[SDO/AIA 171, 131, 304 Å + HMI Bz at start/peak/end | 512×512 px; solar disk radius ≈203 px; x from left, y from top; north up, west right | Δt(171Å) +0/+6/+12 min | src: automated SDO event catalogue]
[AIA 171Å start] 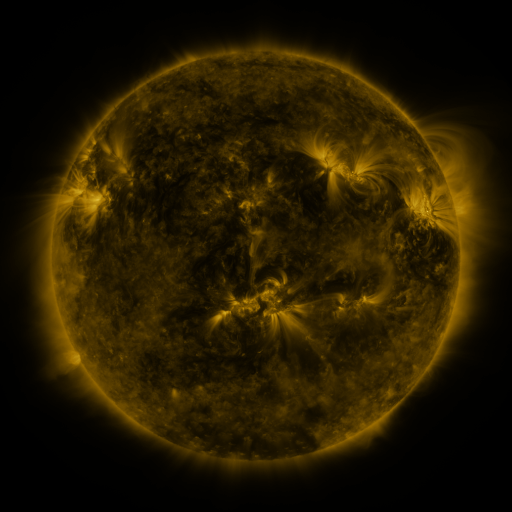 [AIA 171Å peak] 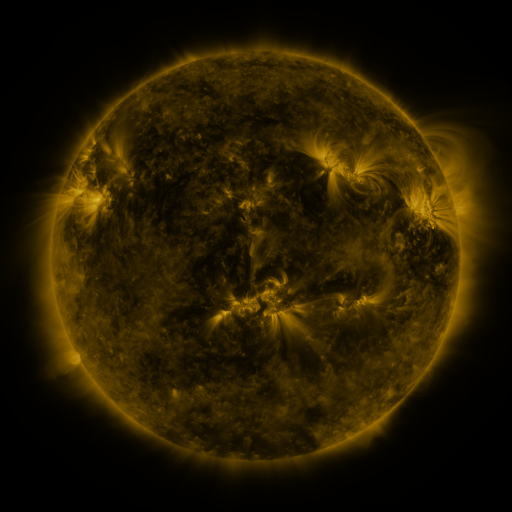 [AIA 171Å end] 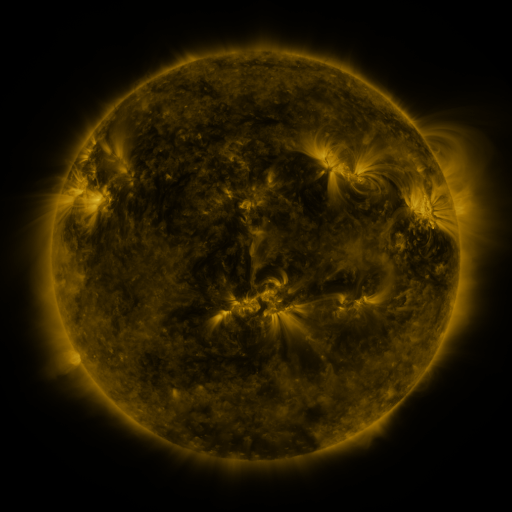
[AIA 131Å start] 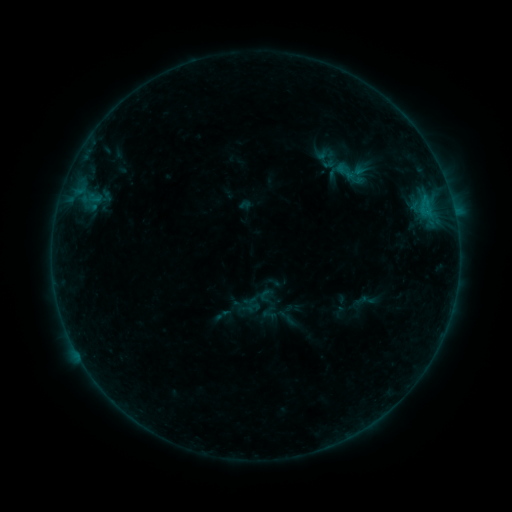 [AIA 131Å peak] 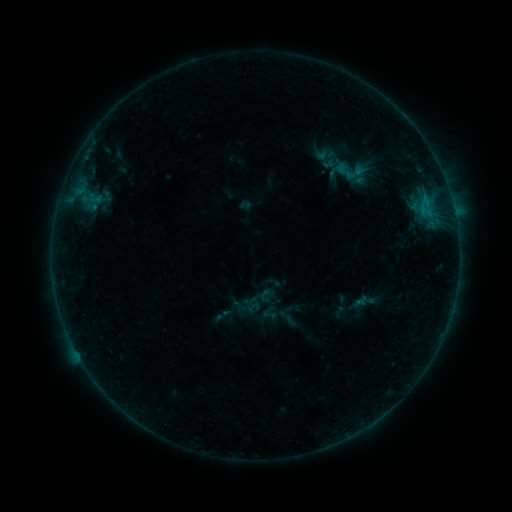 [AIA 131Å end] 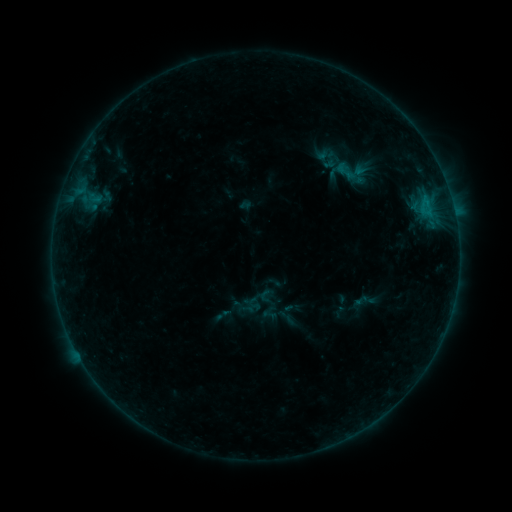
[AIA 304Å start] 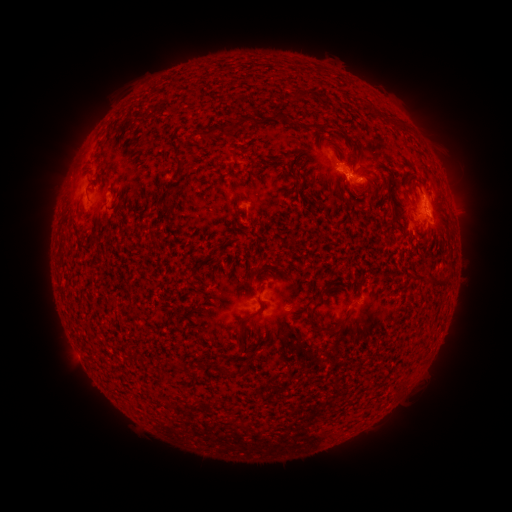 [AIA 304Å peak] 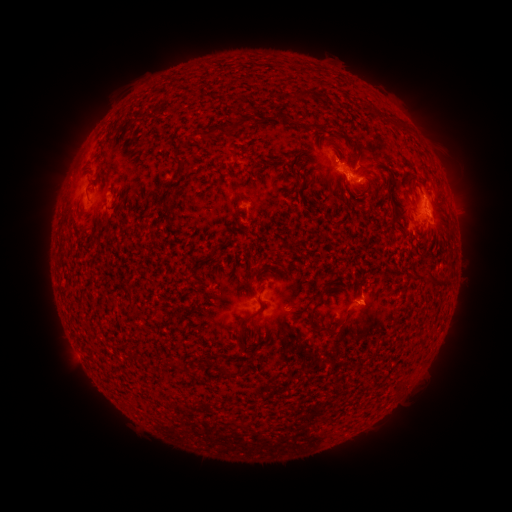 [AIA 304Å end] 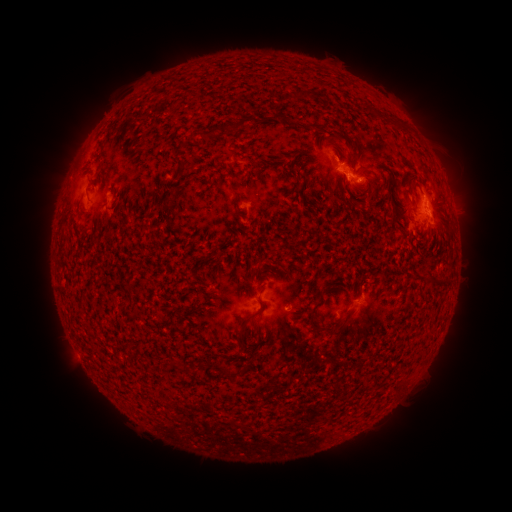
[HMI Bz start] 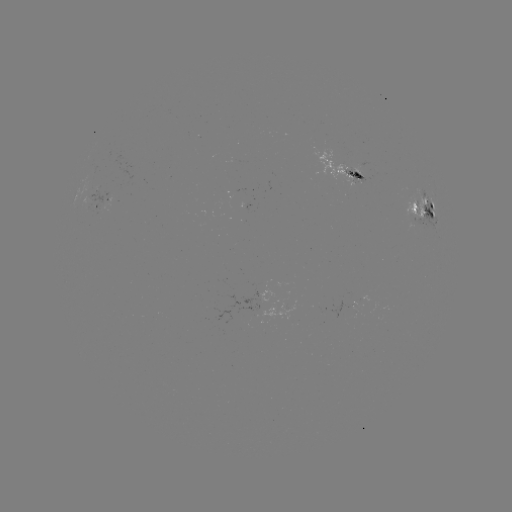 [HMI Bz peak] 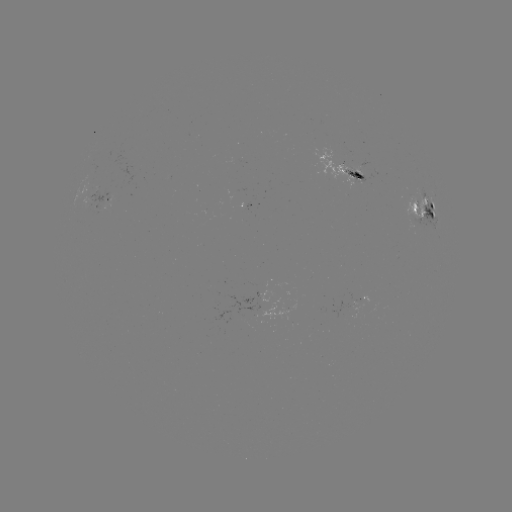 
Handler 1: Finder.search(eruption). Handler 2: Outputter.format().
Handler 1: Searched eruption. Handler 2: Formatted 366,312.